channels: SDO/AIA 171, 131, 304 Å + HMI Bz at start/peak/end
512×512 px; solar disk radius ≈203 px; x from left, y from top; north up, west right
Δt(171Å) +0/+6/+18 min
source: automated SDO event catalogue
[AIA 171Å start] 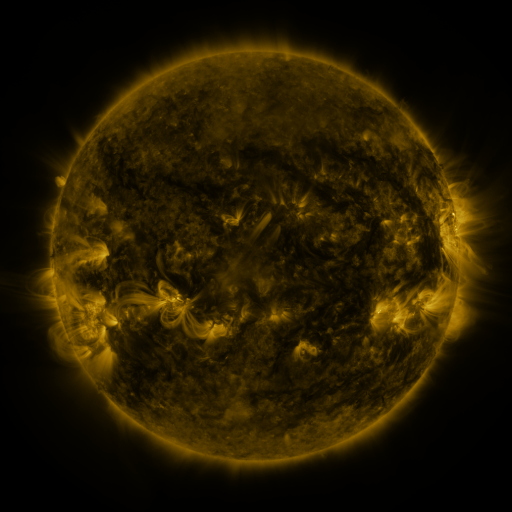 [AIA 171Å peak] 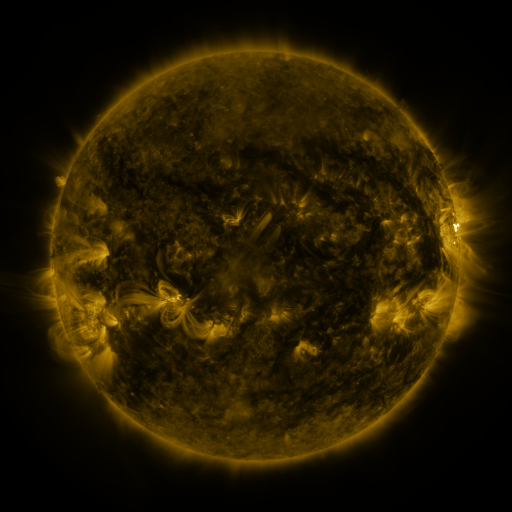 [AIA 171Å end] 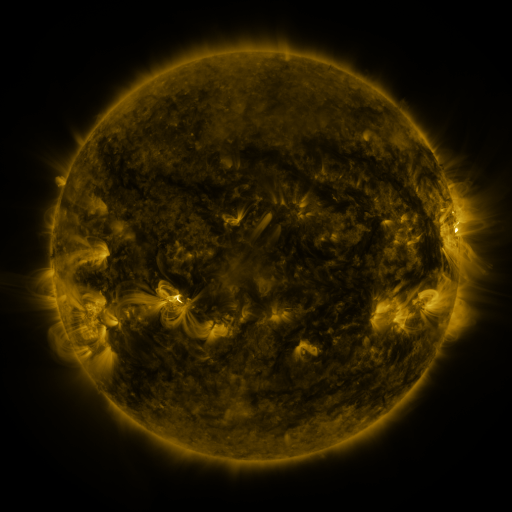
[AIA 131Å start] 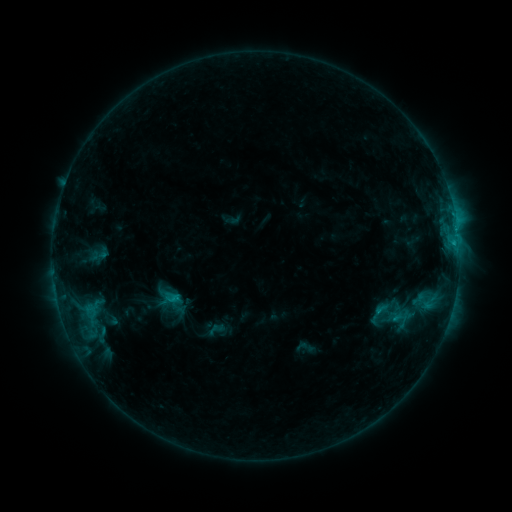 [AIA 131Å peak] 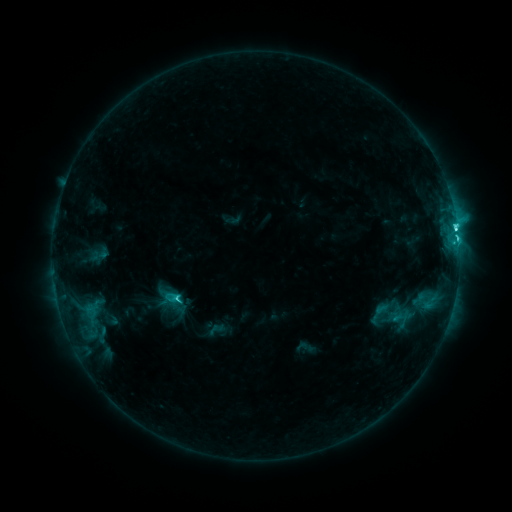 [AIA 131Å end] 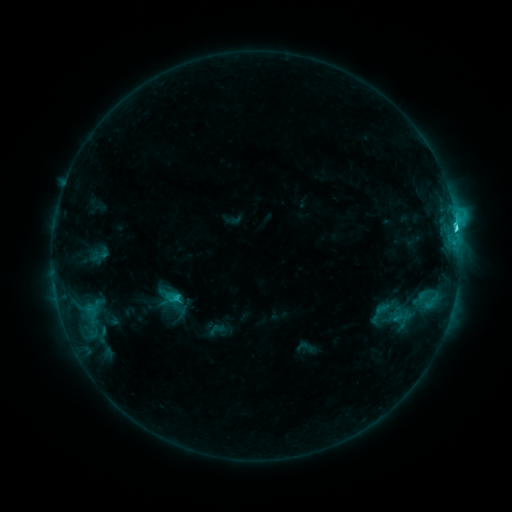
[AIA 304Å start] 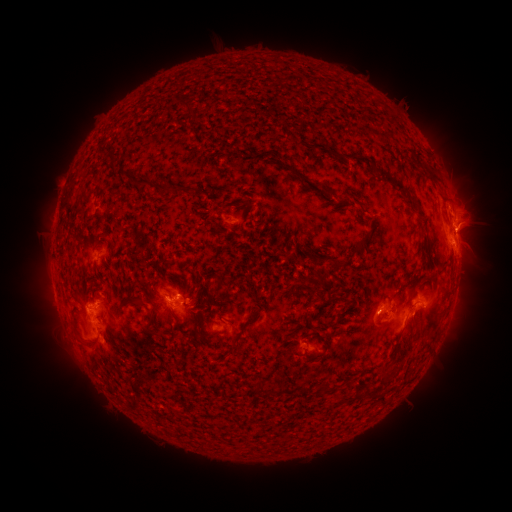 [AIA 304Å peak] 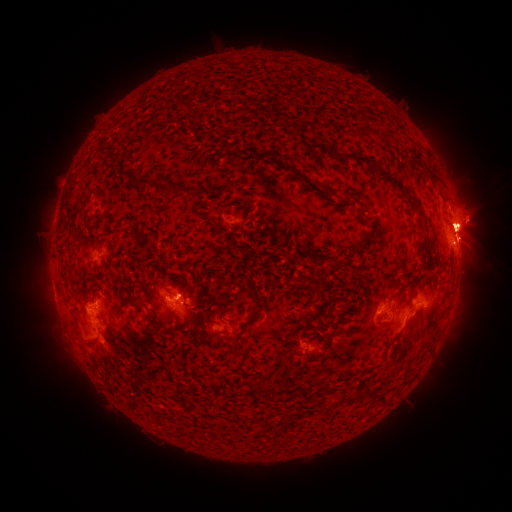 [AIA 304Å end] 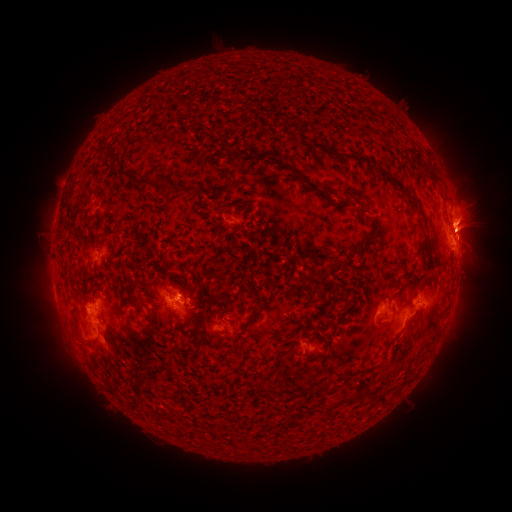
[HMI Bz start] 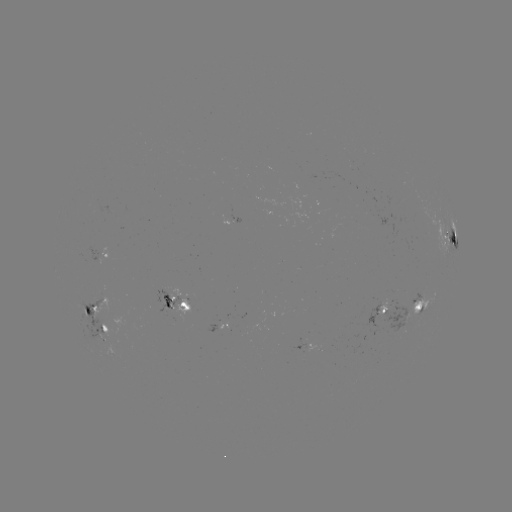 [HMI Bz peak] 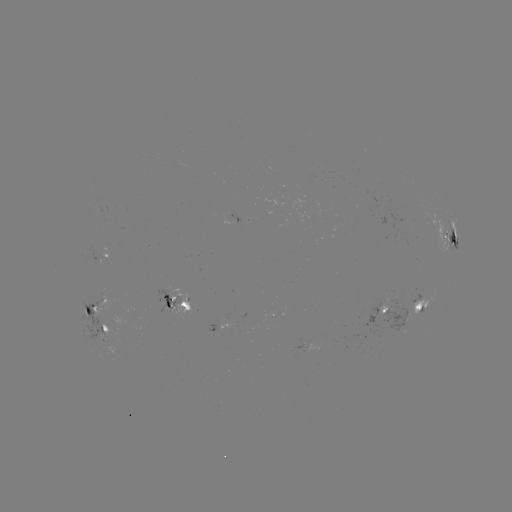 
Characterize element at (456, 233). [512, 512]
M1.5 flare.